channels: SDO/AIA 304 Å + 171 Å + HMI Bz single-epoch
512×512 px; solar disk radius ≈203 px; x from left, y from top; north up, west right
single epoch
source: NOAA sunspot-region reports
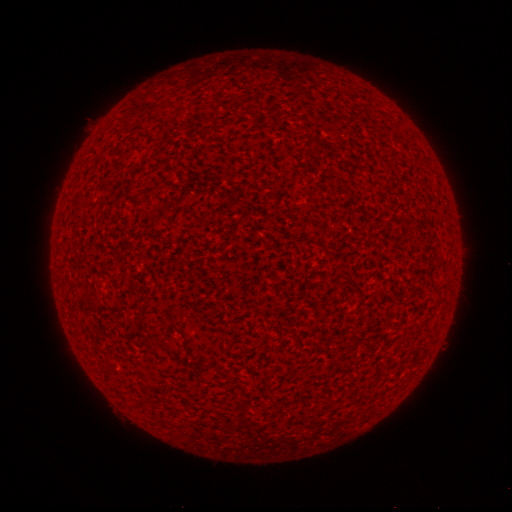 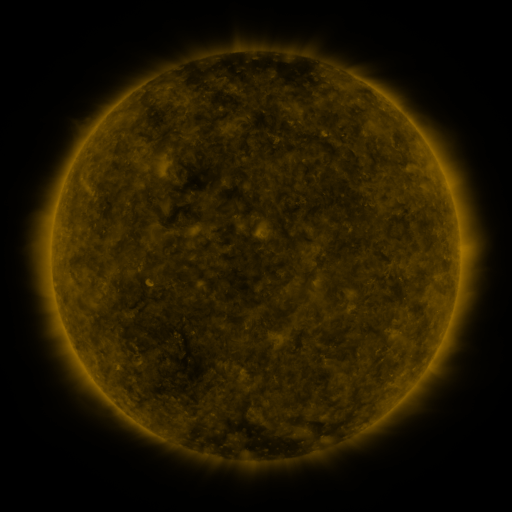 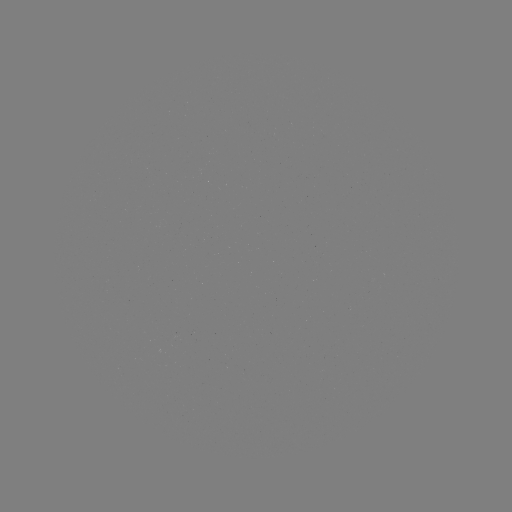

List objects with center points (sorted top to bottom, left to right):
(none)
